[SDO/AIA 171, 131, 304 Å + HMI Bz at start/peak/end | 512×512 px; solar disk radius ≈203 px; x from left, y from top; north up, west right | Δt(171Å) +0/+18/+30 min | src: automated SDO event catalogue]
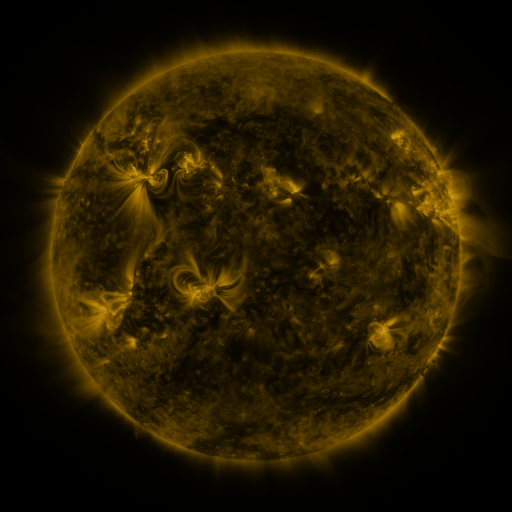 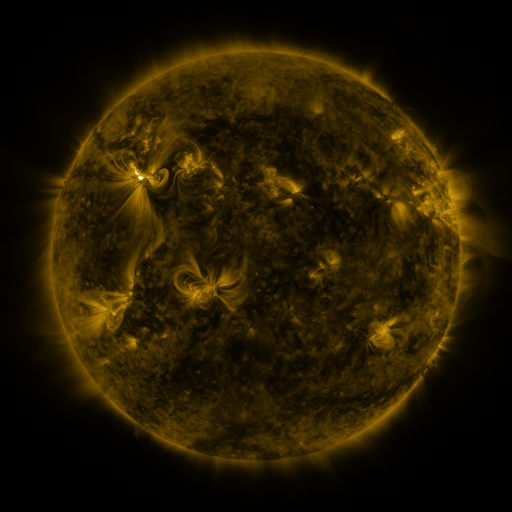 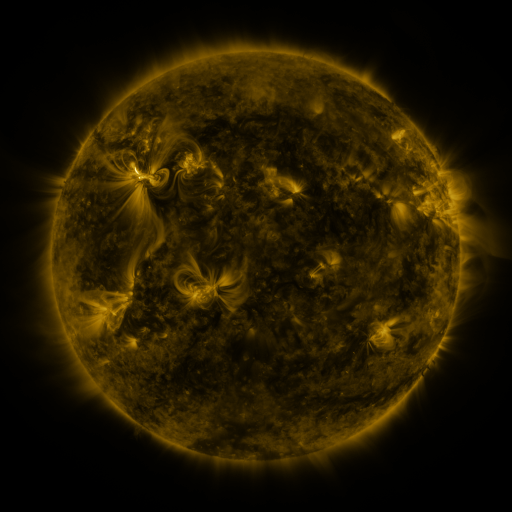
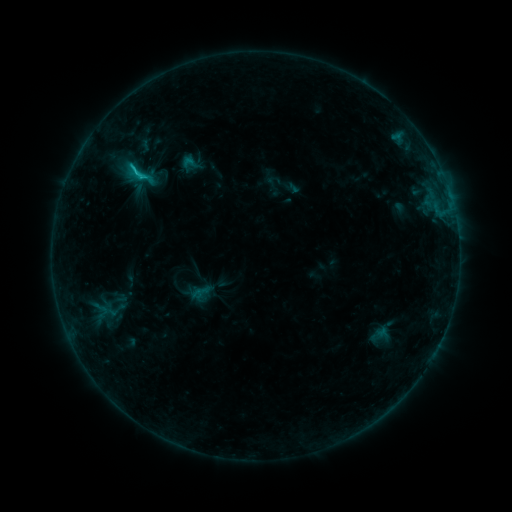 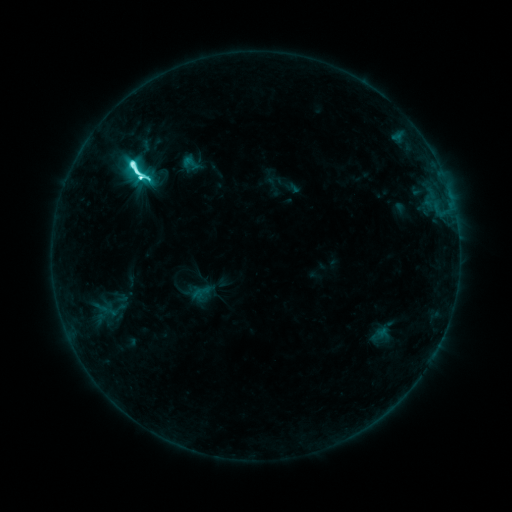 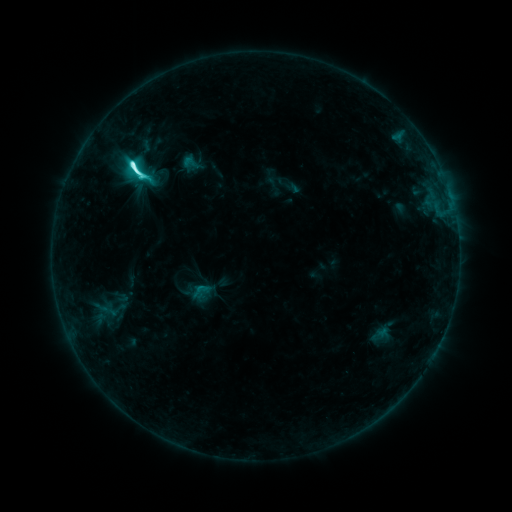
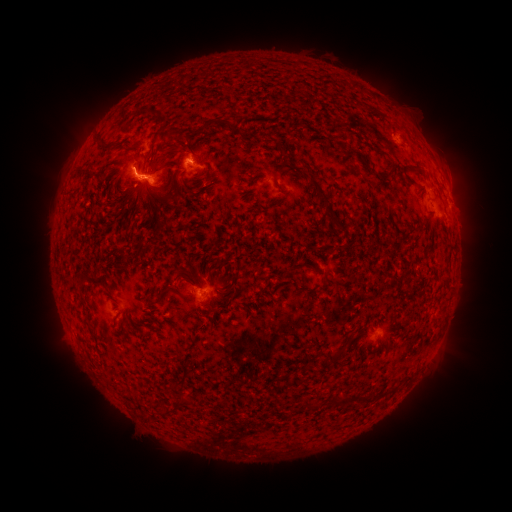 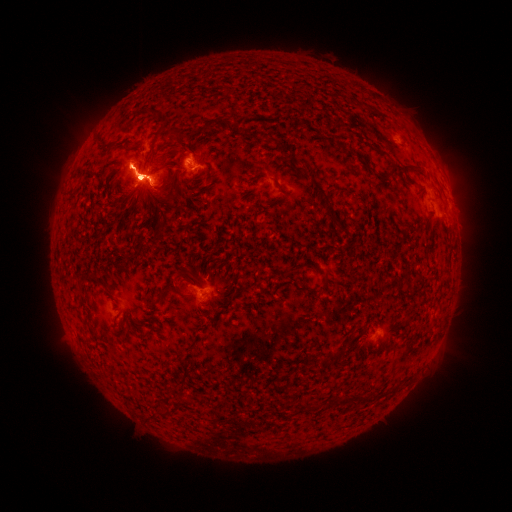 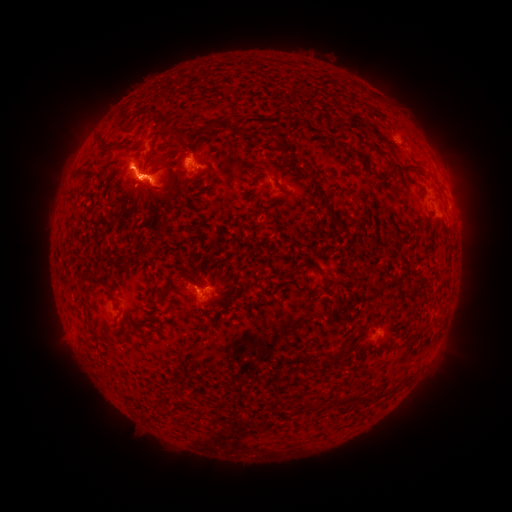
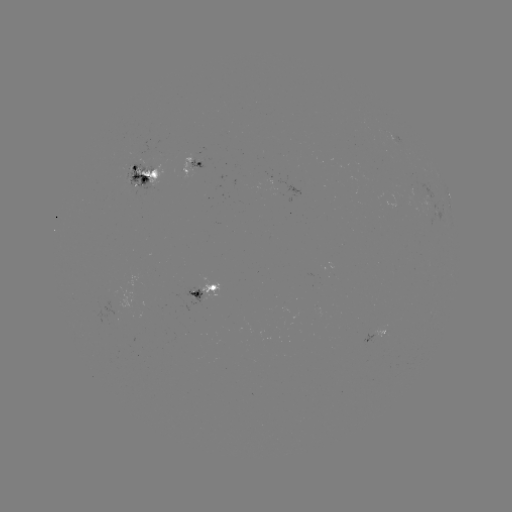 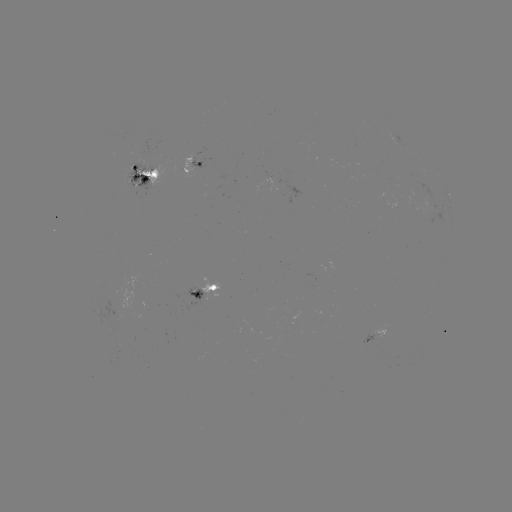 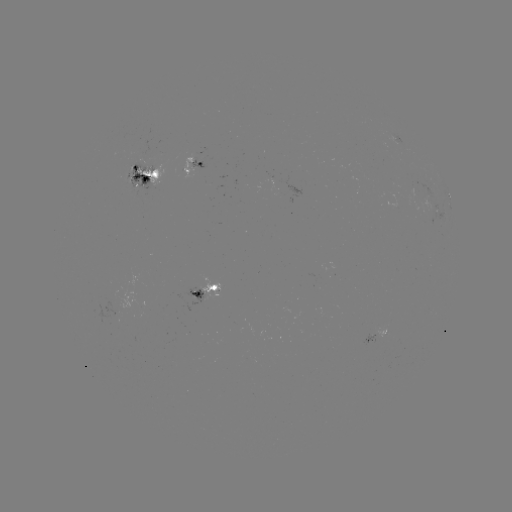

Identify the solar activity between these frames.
M2.1 flare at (133, 165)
